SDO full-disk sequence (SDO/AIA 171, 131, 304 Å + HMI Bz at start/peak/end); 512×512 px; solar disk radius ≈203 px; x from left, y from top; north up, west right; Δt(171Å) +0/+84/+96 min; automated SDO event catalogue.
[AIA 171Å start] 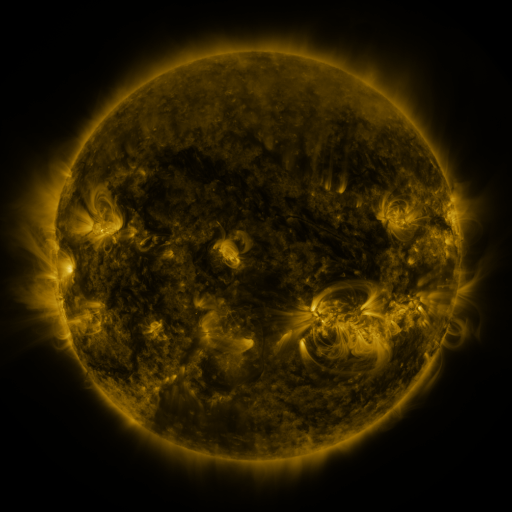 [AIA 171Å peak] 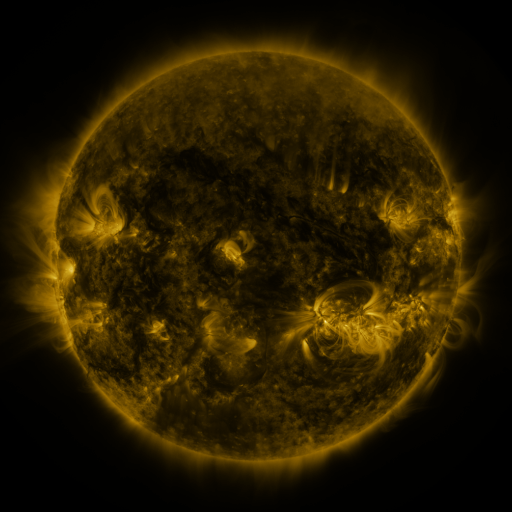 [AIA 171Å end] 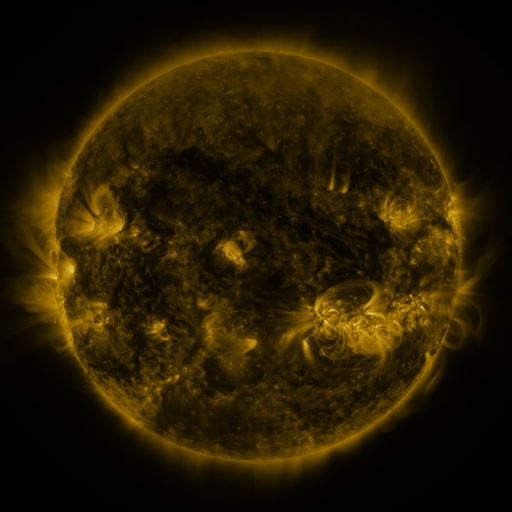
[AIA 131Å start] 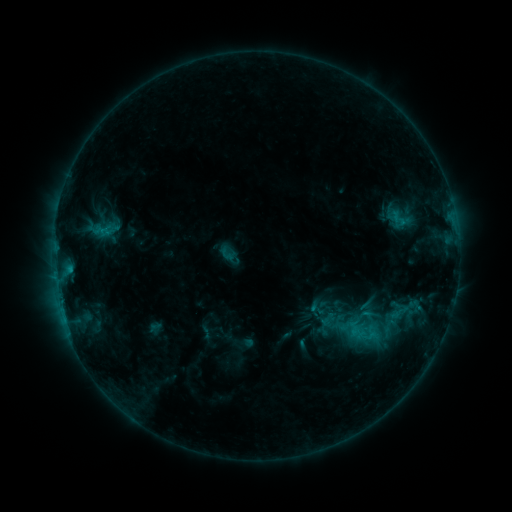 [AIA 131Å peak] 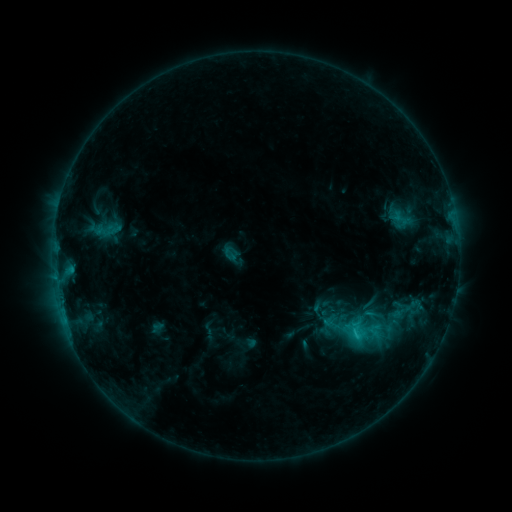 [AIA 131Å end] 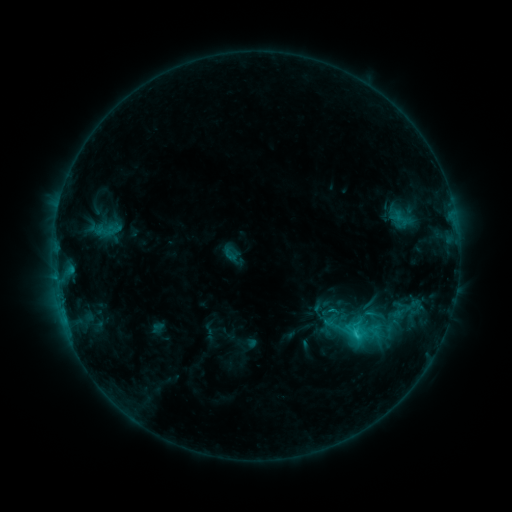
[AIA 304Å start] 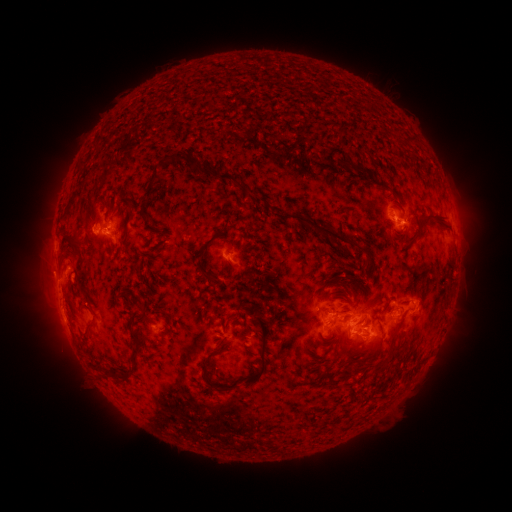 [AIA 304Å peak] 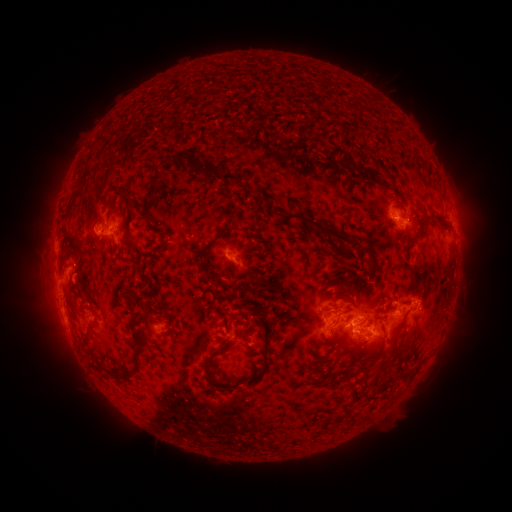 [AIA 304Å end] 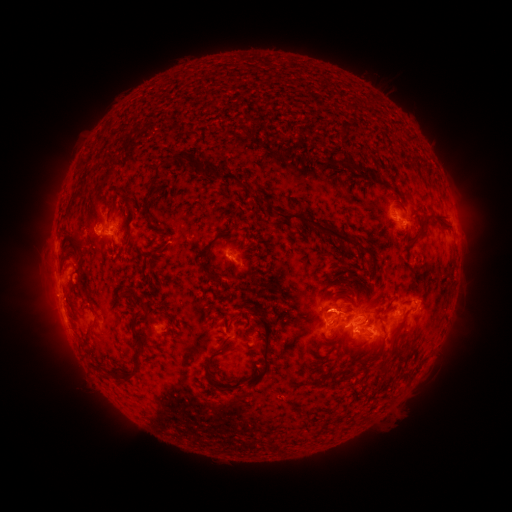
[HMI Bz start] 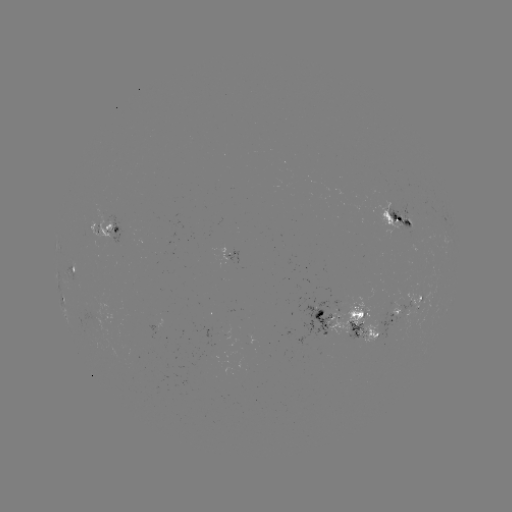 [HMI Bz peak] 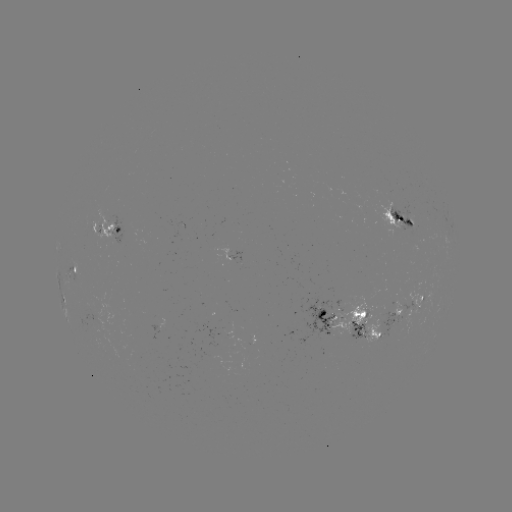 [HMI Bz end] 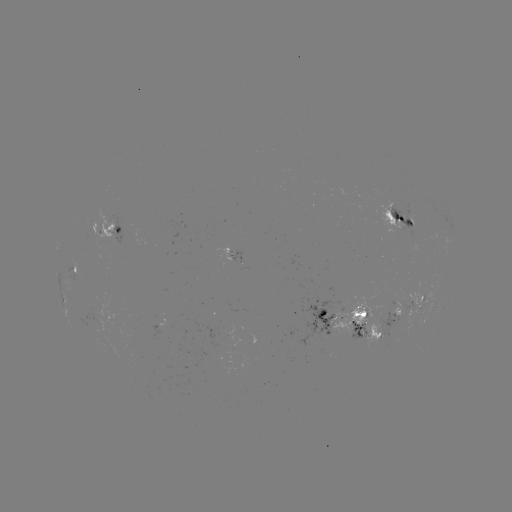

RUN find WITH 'emerging-flux region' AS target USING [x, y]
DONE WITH [351, 311] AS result